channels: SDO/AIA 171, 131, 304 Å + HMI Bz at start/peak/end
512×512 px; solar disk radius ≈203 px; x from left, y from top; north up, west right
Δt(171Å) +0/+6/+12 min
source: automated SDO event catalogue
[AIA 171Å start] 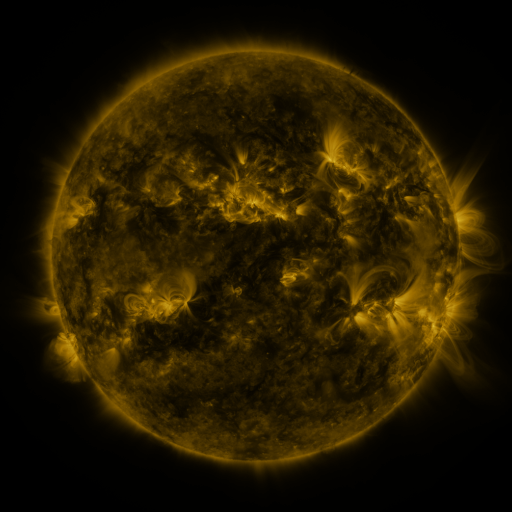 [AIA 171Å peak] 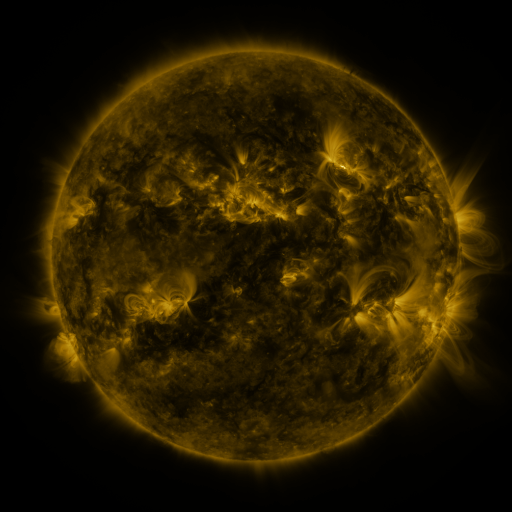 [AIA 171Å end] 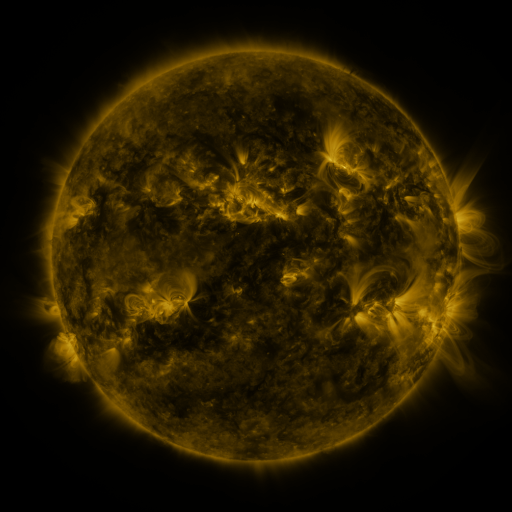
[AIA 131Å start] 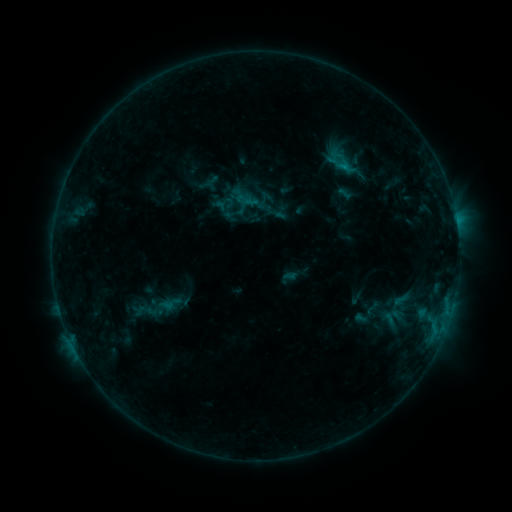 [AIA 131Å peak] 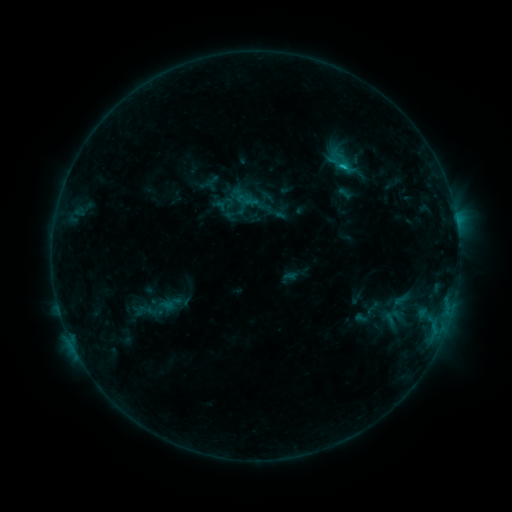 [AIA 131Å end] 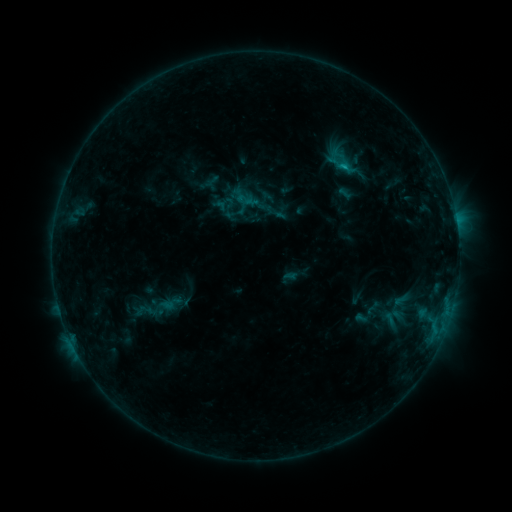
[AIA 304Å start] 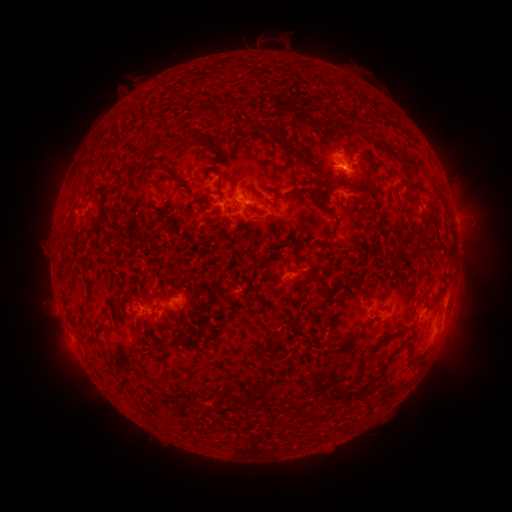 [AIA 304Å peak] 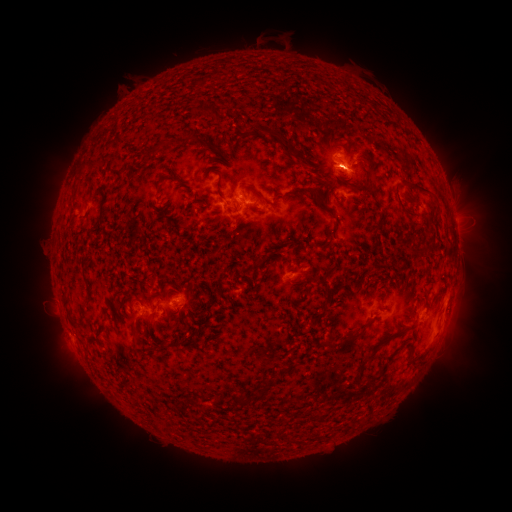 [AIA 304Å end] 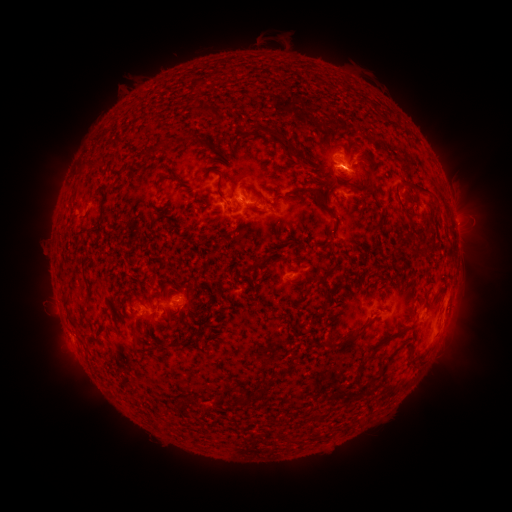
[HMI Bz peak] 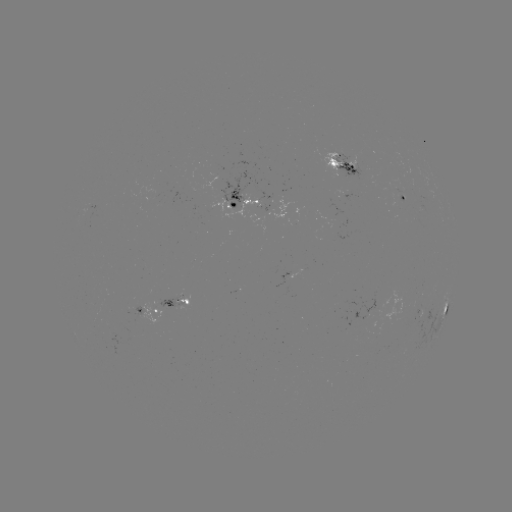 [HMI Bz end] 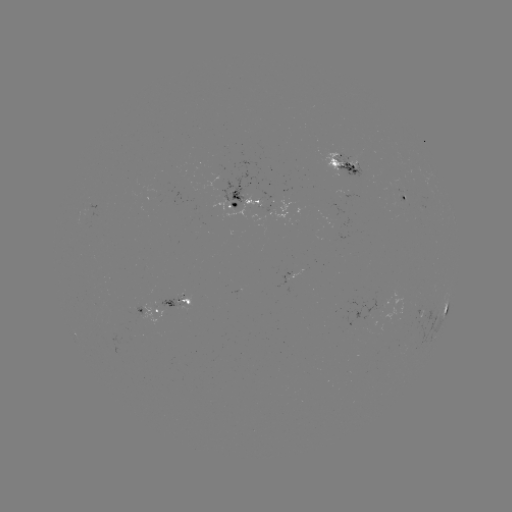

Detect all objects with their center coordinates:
C1.0 flare: (342, 169)
